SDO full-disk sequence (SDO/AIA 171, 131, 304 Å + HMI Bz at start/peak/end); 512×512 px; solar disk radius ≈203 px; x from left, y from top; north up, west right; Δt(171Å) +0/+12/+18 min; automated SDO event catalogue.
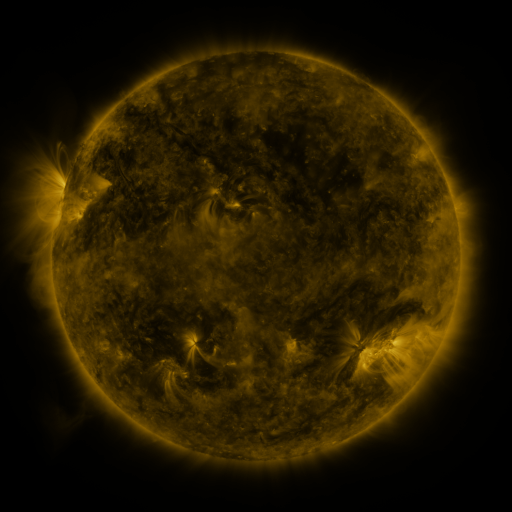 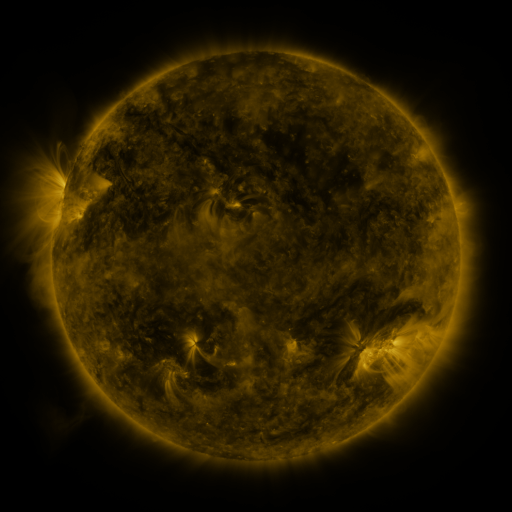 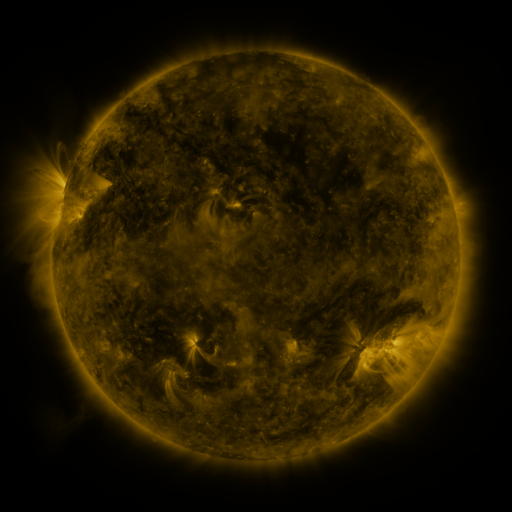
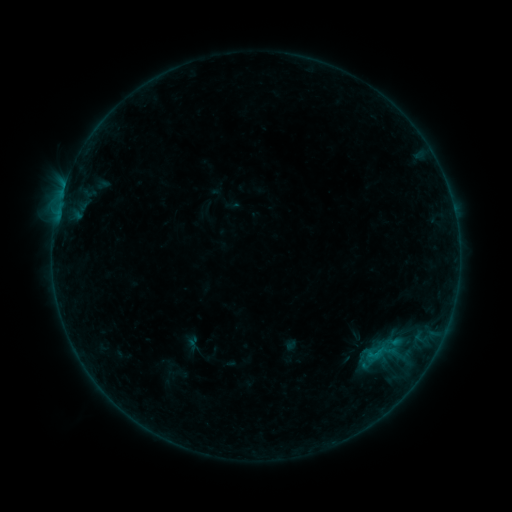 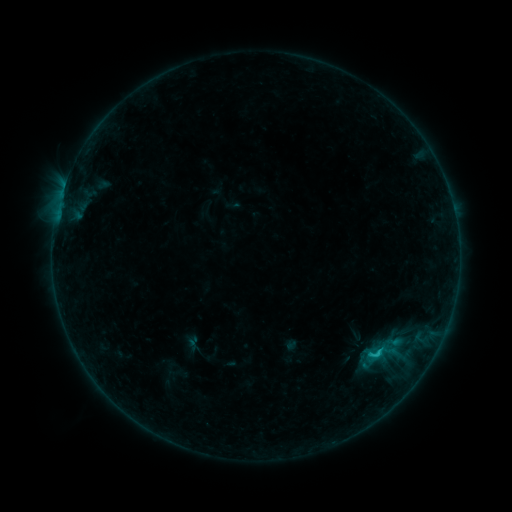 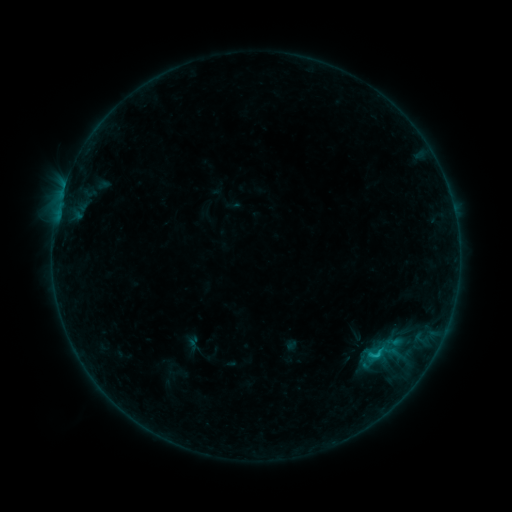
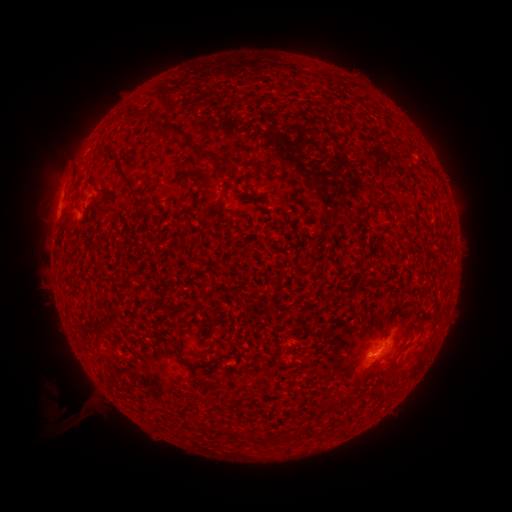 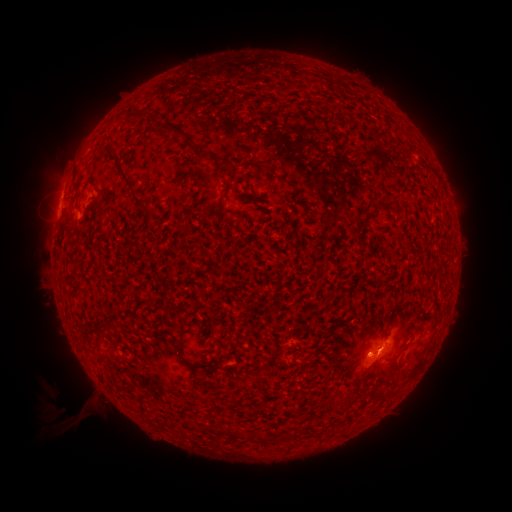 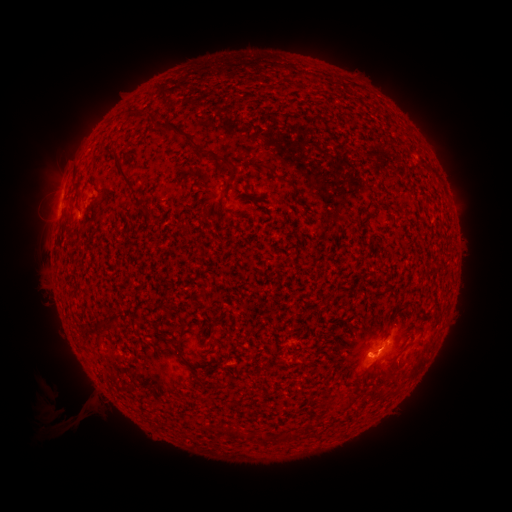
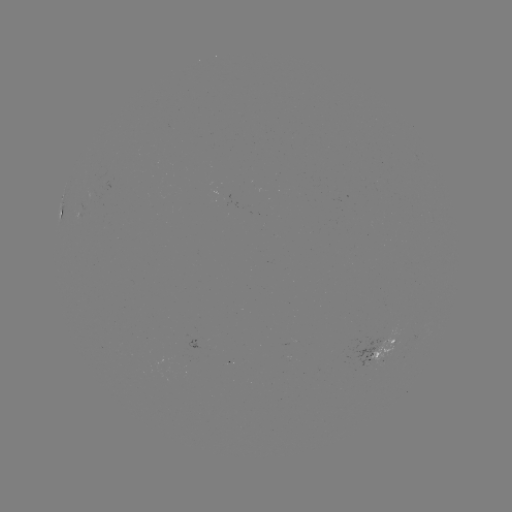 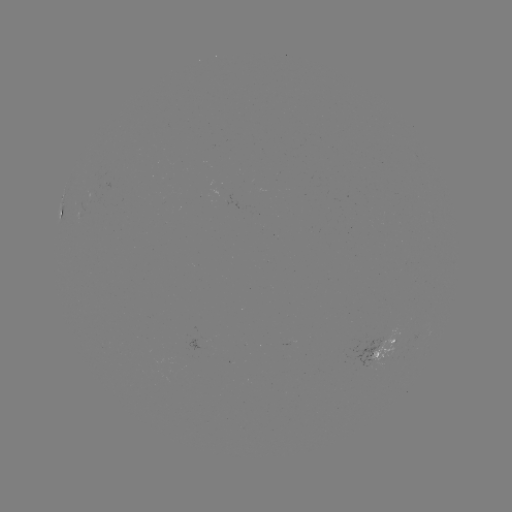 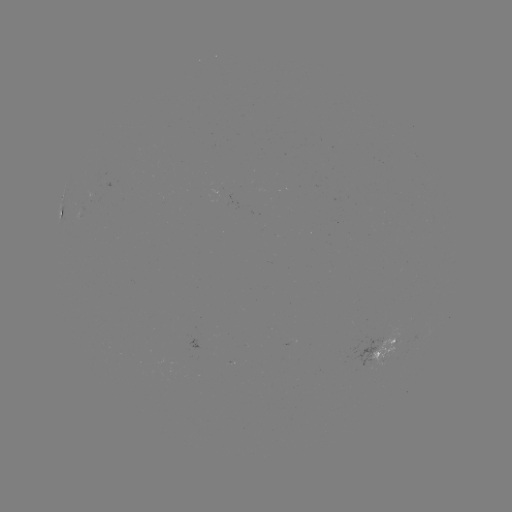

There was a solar flare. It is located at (379, 348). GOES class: B8.1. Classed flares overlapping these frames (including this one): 1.